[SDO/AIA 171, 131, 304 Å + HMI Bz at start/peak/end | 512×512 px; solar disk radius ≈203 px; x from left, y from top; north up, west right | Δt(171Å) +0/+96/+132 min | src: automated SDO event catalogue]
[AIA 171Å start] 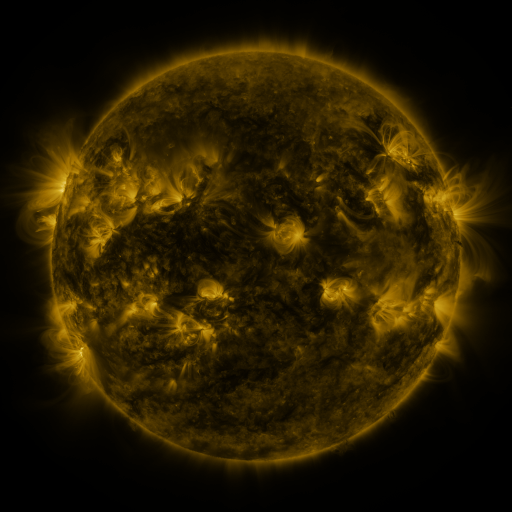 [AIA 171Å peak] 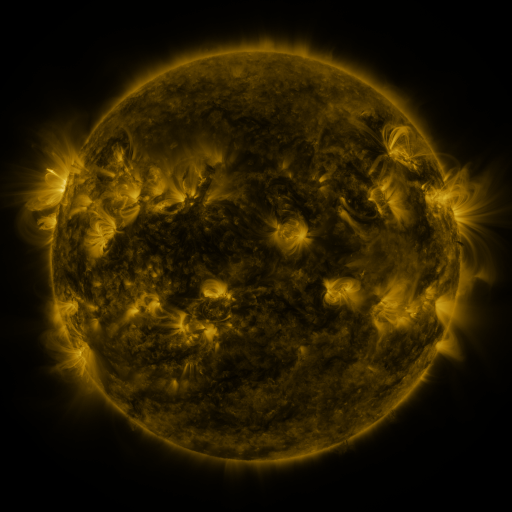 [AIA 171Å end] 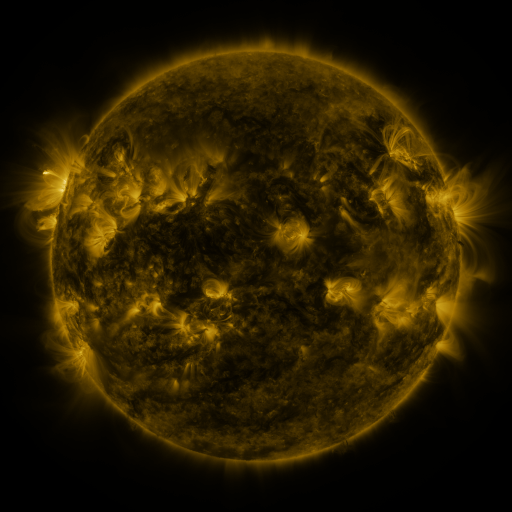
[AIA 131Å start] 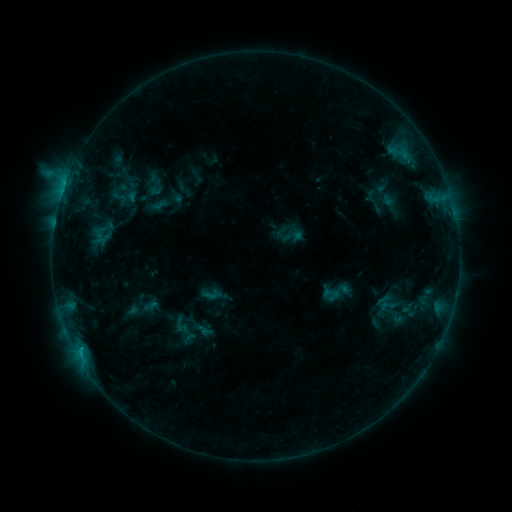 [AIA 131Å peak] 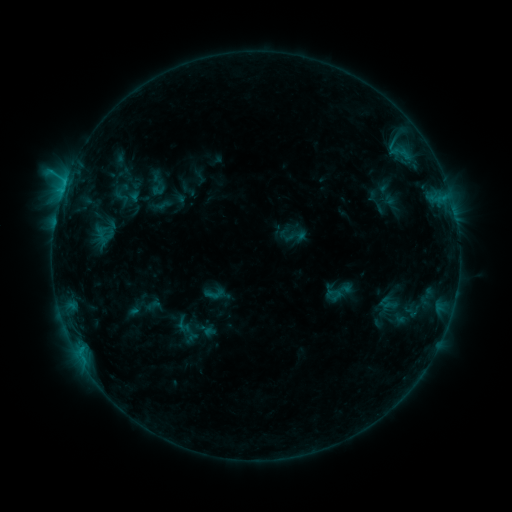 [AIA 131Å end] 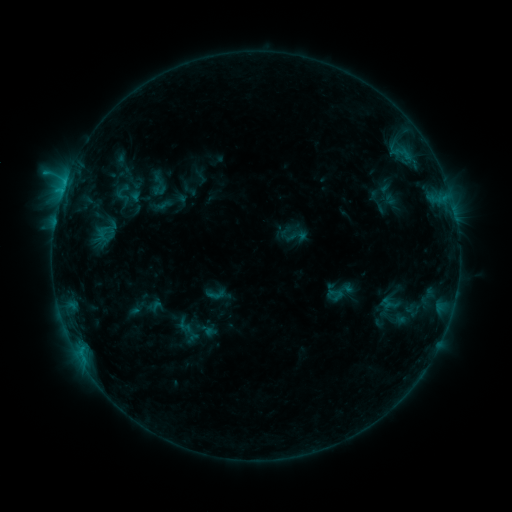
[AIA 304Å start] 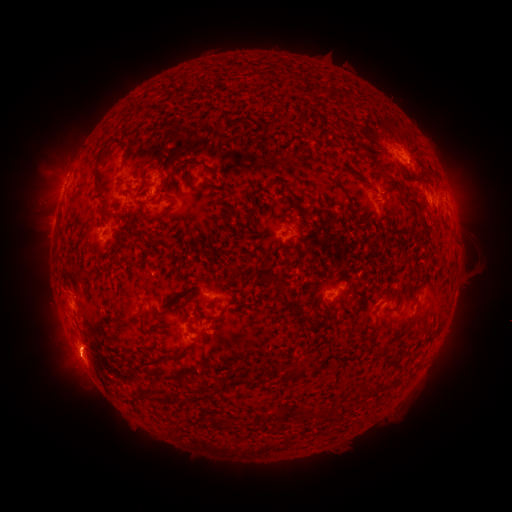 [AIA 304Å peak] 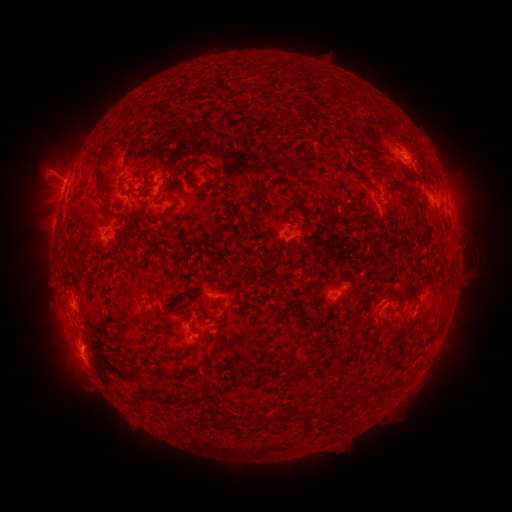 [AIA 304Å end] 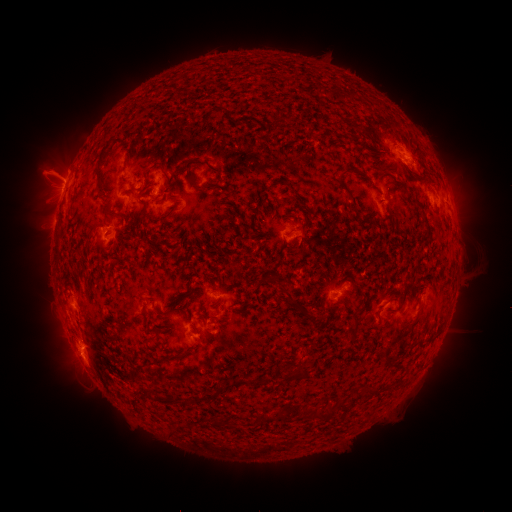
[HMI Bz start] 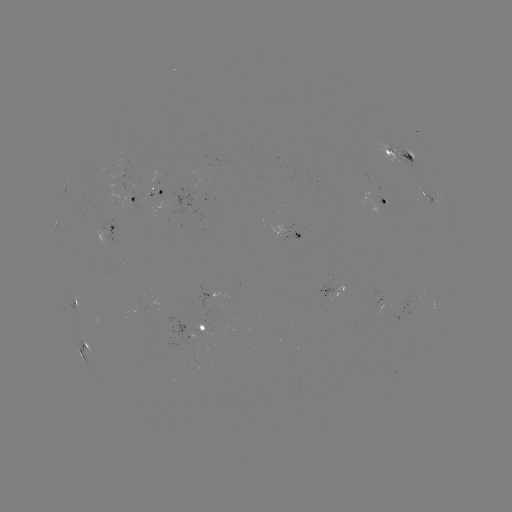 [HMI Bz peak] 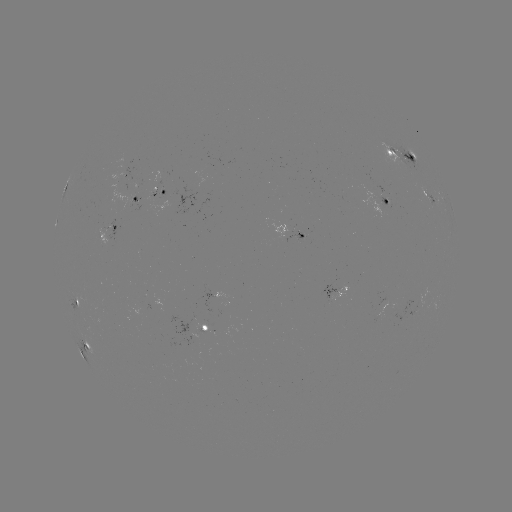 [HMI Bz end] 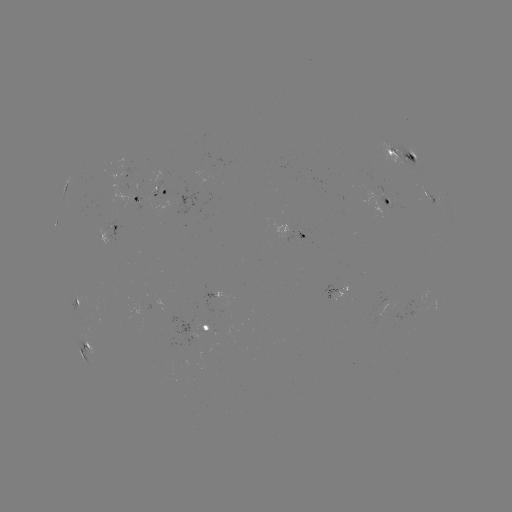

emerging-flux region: <bbox>195, 330, 205, 335</bbox>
